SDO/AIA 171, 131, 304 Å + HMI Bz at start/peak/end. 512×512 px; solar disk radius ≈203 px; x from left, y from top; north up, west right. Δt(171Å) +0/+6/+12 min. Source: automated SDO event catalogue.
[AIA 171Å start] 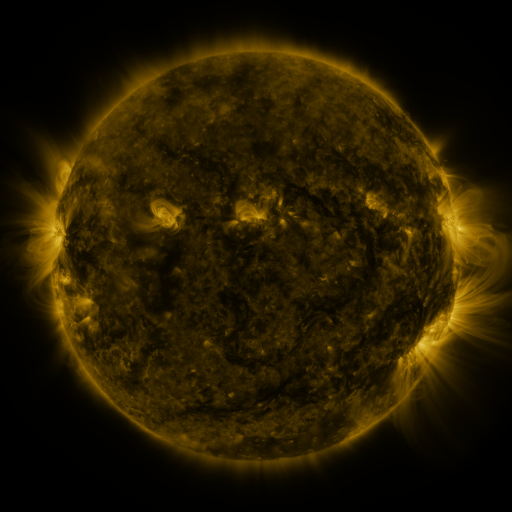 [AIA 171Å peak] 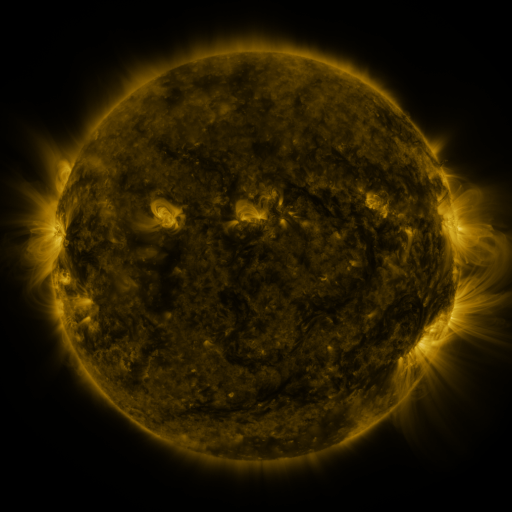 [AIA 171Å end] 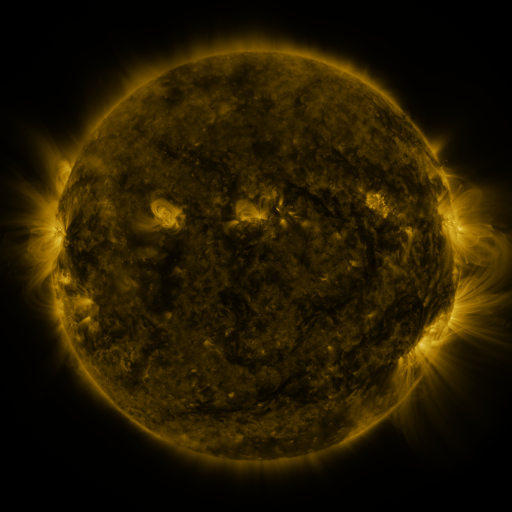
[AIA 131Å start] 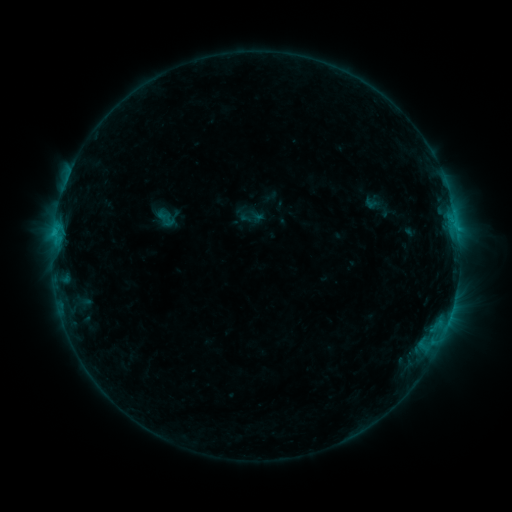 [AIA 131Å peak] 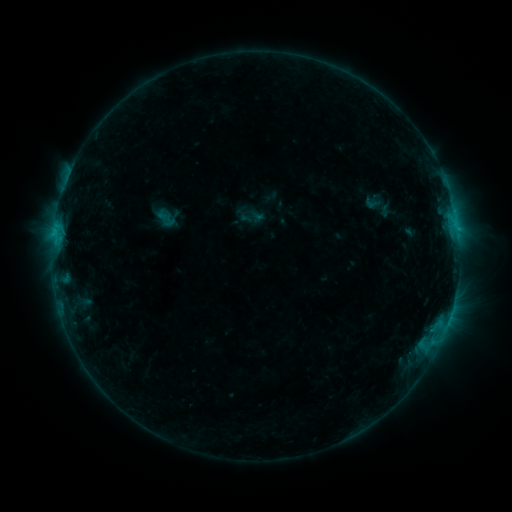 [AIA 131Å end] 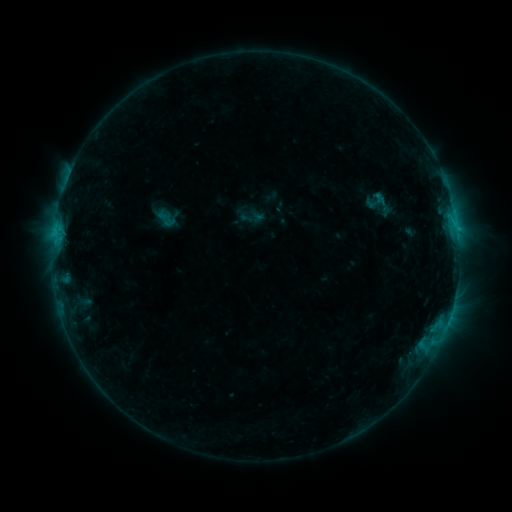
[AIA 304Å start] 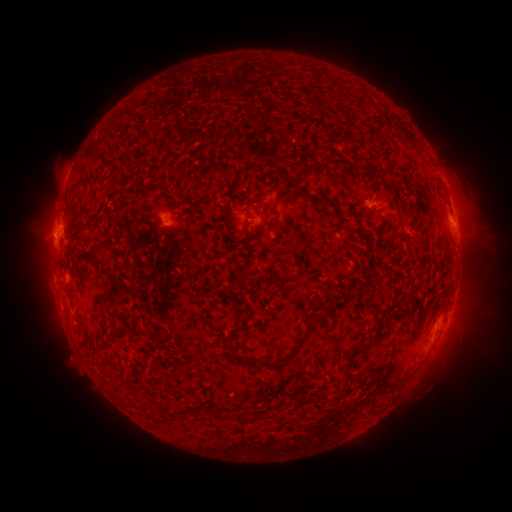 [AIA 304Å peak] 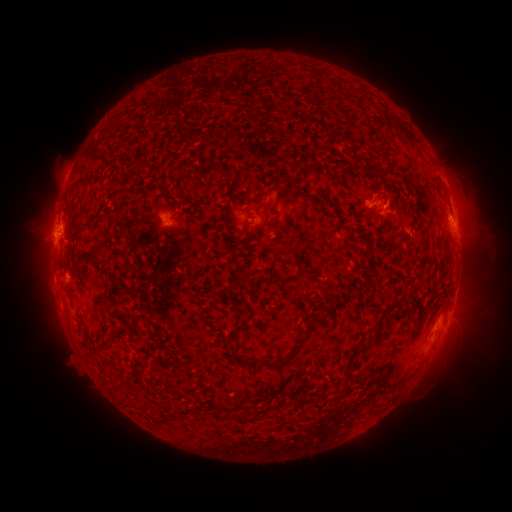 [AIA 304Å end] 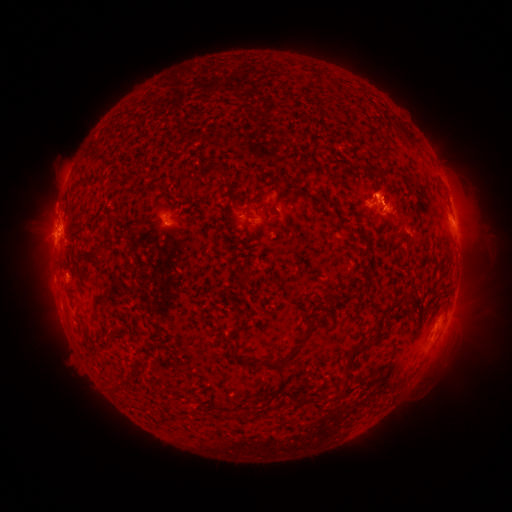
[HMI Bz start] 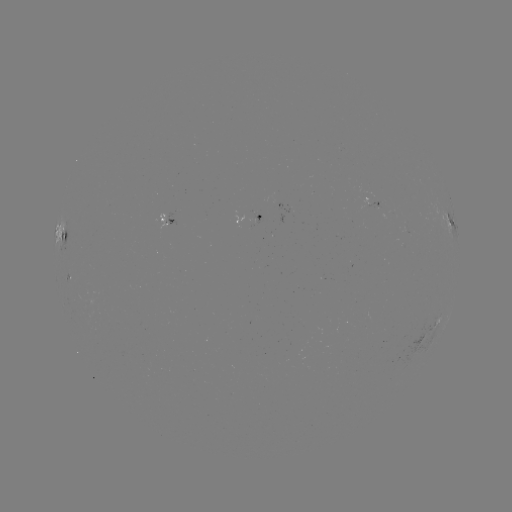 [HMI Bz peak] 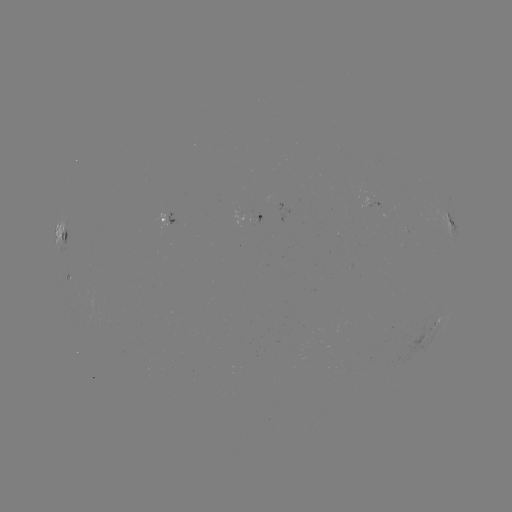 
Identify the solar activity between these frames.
eruption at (392, 199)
